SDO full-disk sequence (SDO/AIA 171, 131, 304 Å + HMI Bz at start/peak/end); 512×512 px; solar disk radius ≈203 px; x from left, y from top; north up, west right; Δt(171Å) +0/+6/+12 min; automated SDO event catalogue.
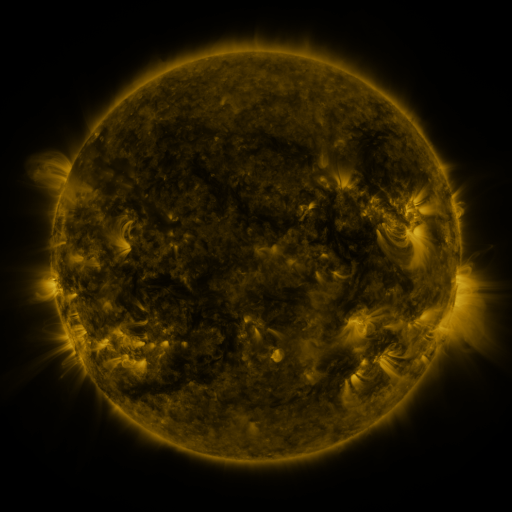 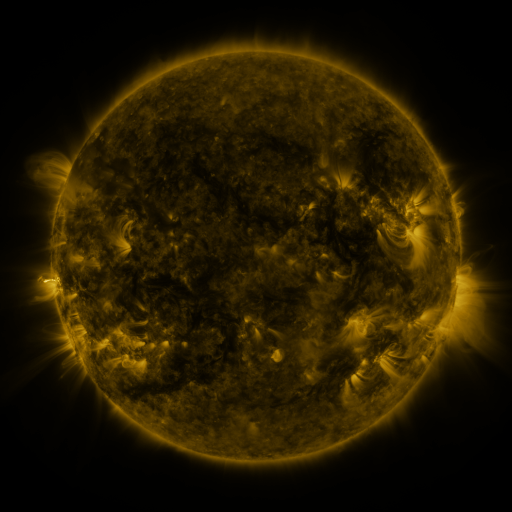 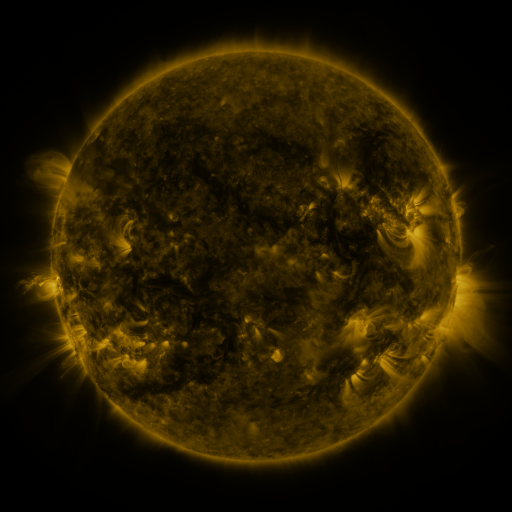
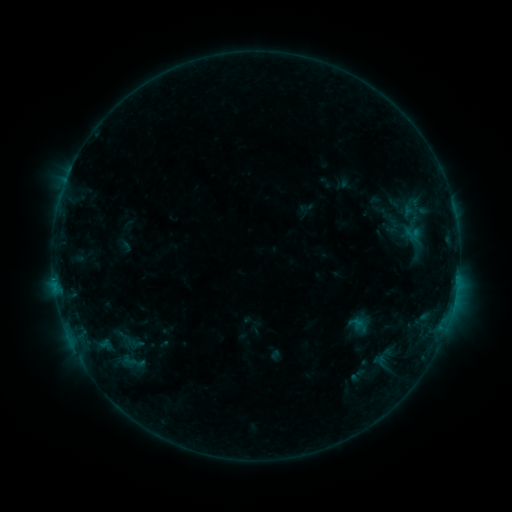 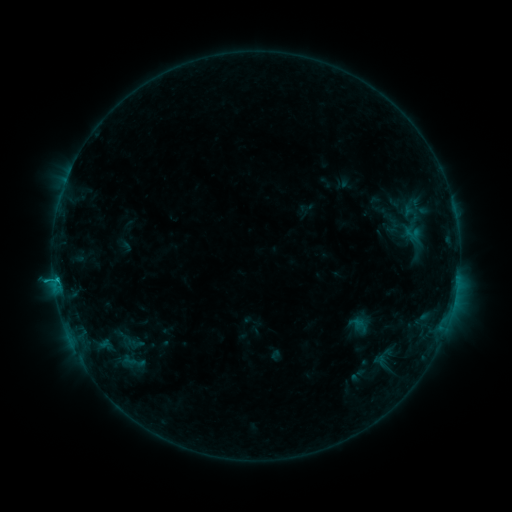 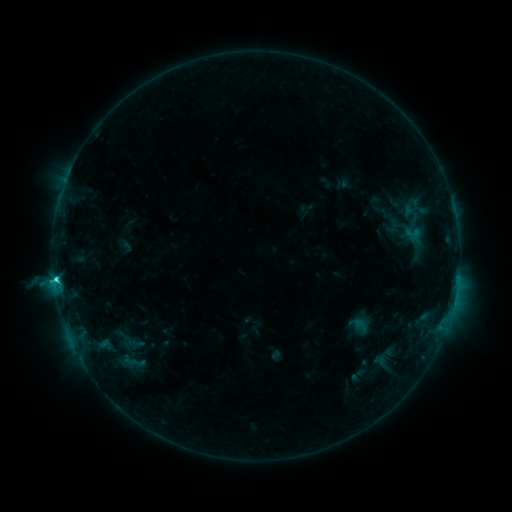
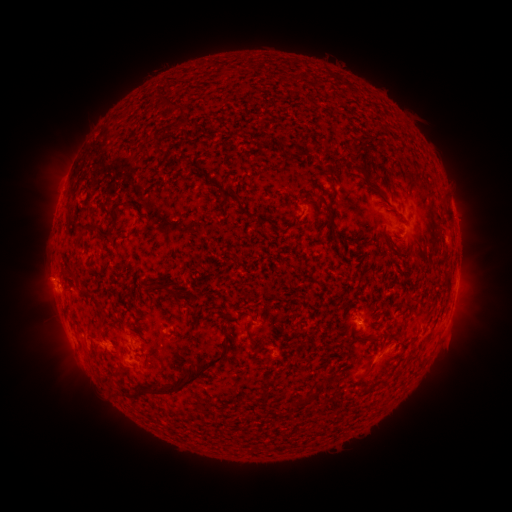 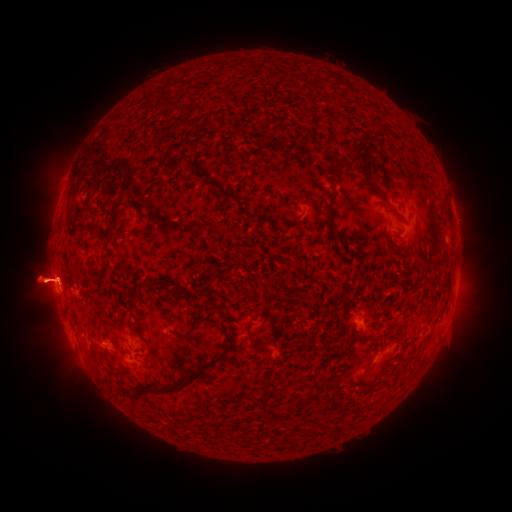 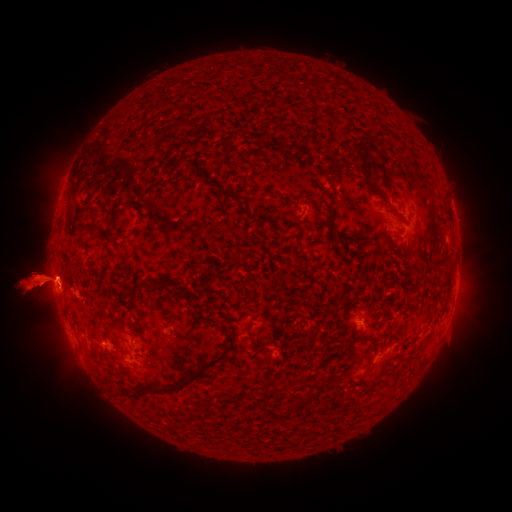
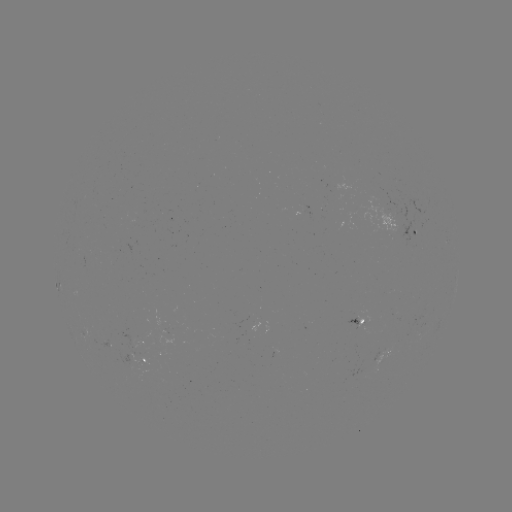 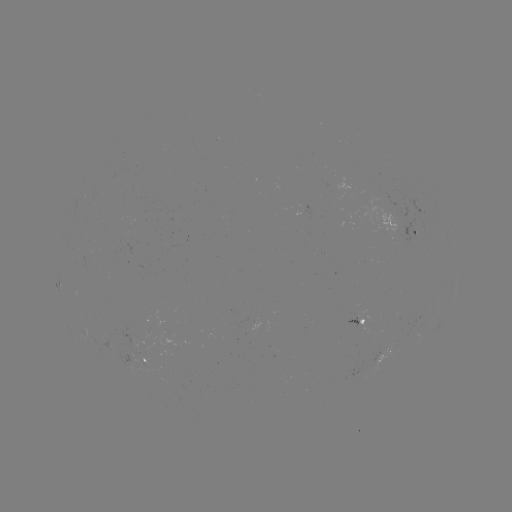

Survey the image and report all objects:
eruption: (478, 280)
